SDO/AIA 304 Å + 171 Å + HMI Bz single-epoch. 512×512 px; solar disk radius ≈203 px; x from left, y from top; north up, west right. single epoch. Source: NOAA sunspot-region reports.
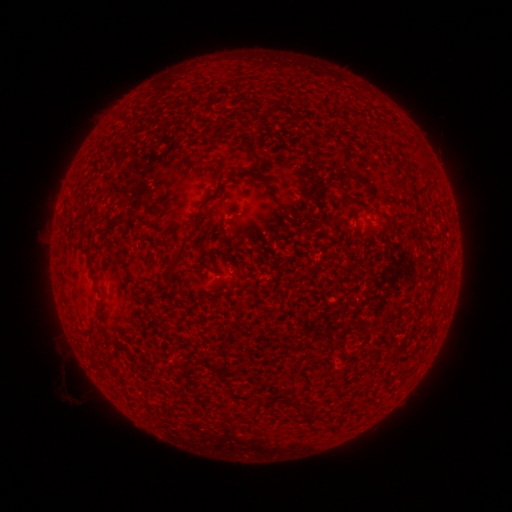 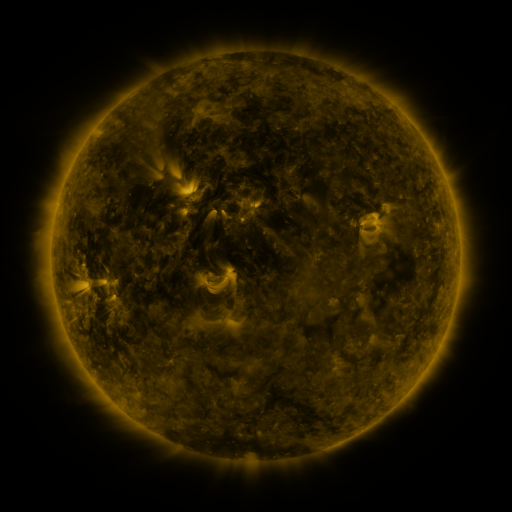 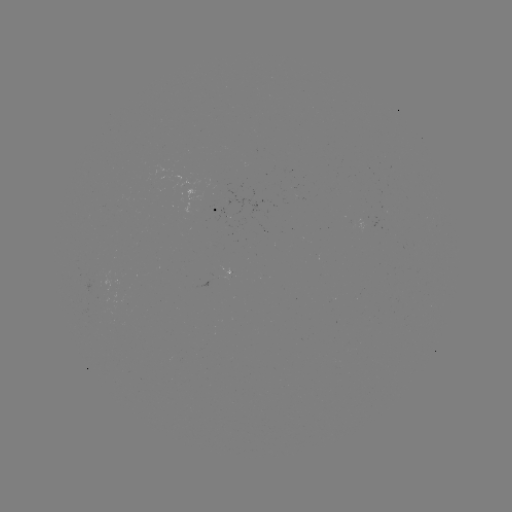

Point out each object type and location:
spotted active region: (228, 210)
spotted active region: (224, 273)
